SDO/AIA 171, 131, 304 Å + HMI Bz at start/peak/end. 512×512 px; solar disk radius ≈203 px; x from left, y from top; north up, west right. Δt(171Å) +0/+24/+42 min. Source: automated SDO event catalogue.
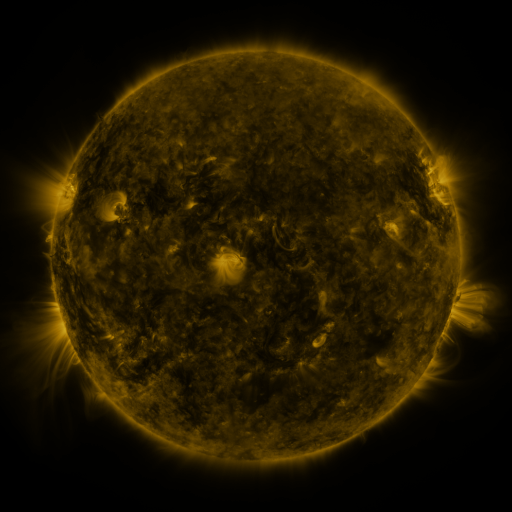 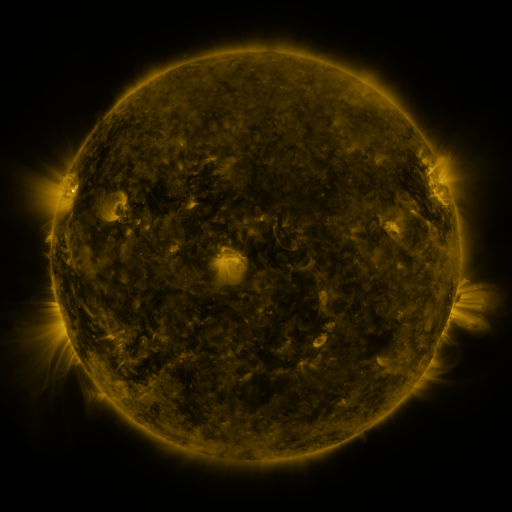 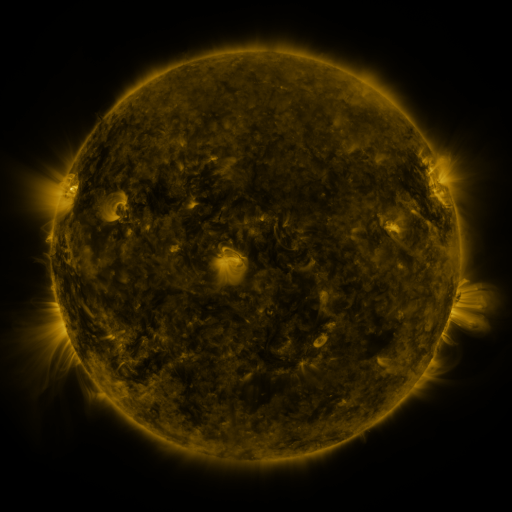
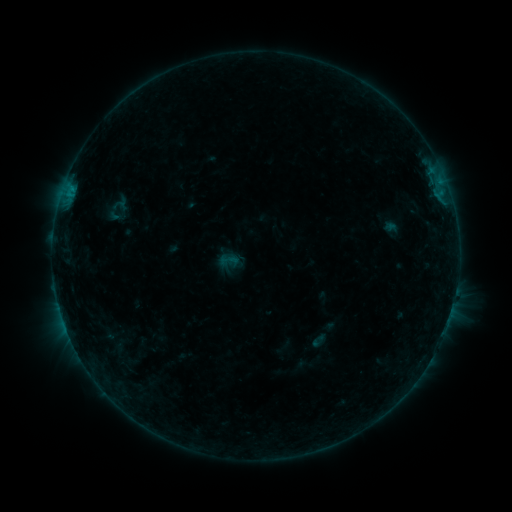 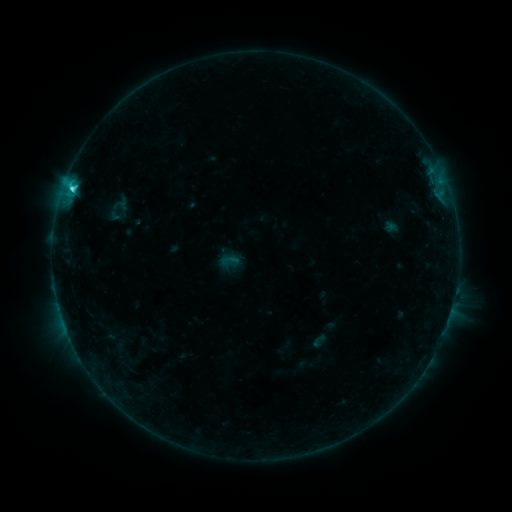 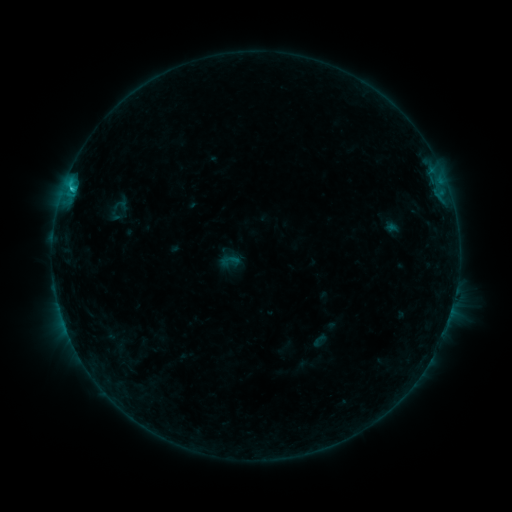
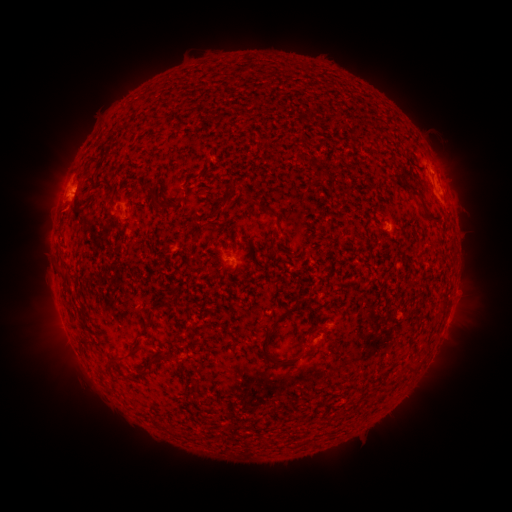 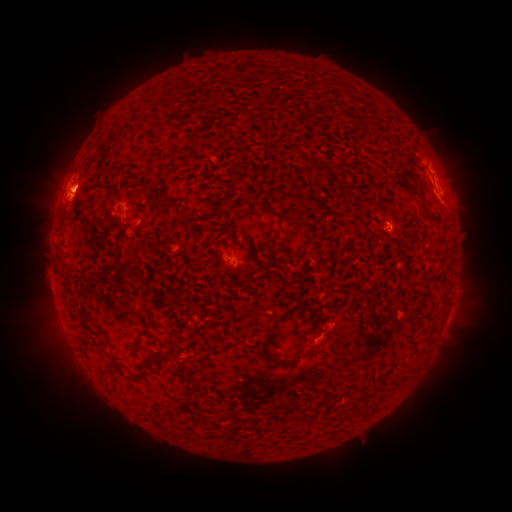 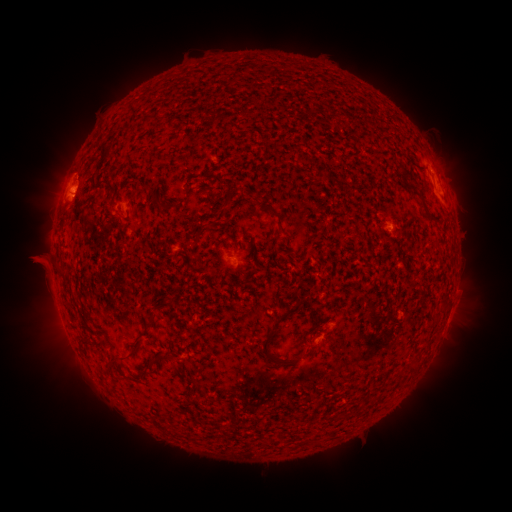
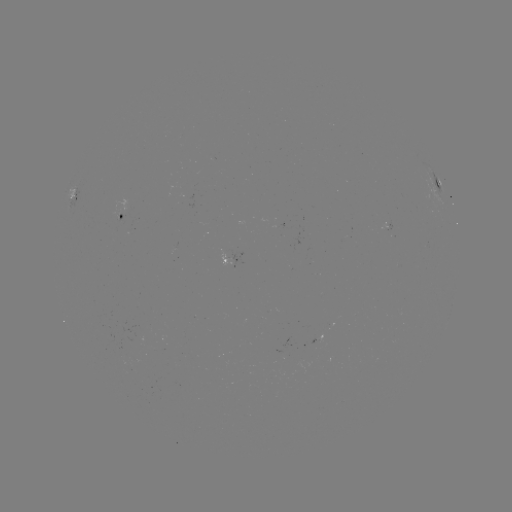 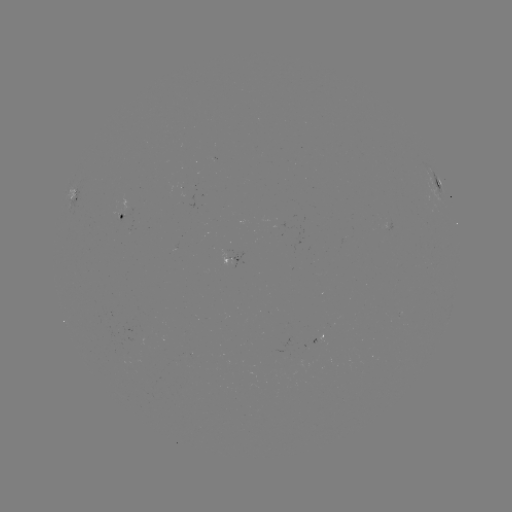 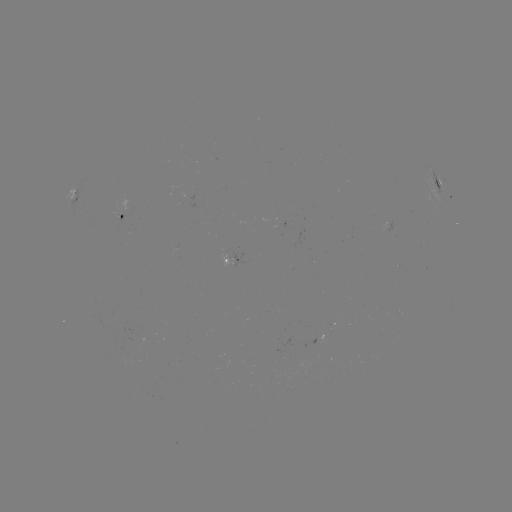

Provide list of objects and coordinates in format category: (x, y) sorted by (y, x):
C2.2 flare: (78, 187)
